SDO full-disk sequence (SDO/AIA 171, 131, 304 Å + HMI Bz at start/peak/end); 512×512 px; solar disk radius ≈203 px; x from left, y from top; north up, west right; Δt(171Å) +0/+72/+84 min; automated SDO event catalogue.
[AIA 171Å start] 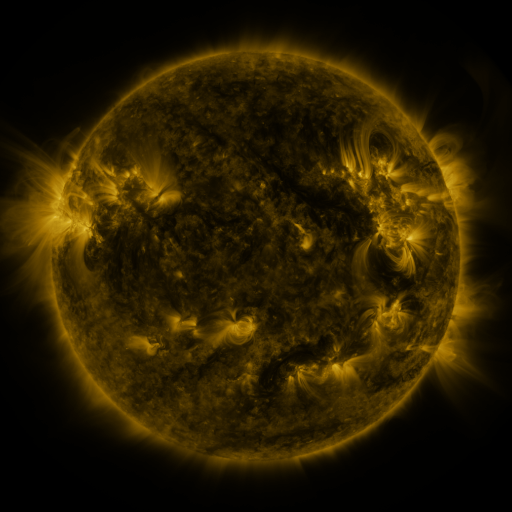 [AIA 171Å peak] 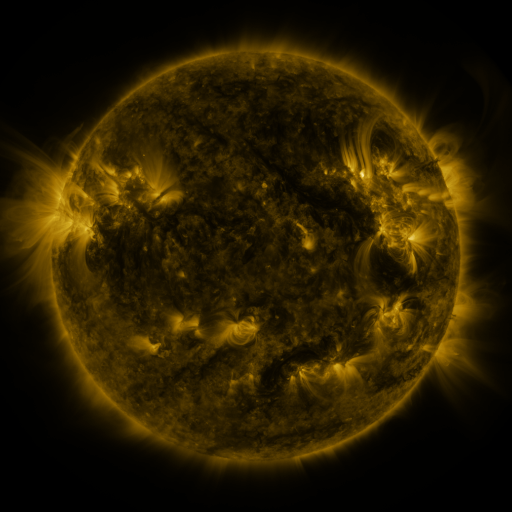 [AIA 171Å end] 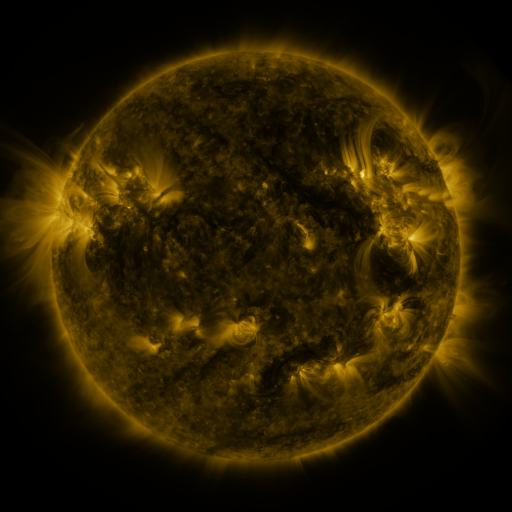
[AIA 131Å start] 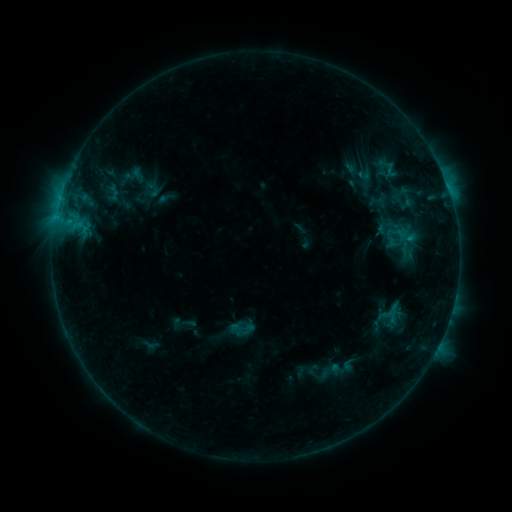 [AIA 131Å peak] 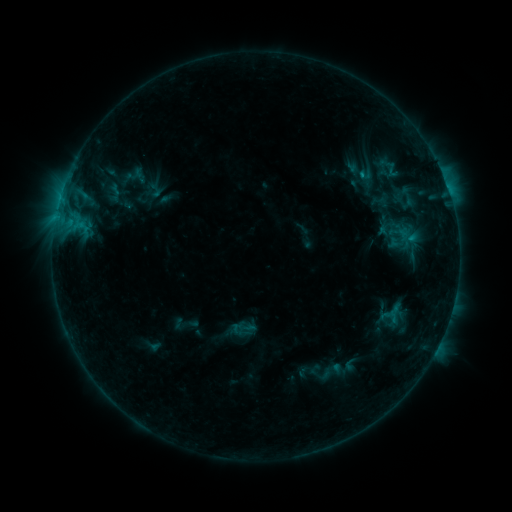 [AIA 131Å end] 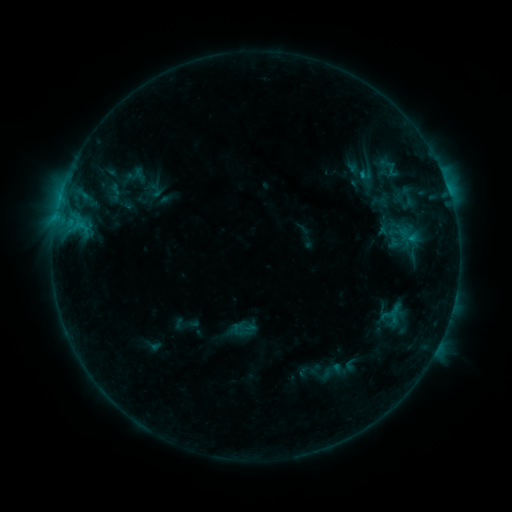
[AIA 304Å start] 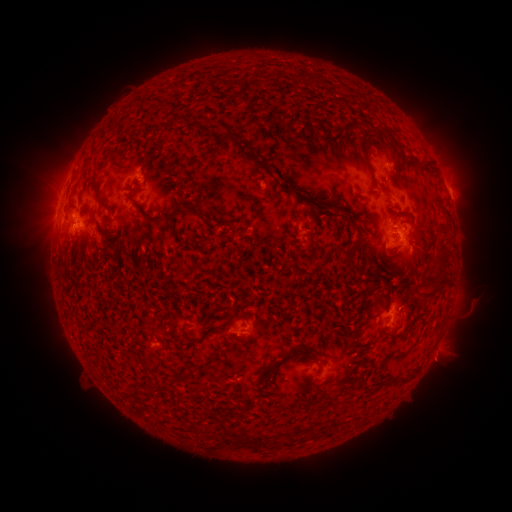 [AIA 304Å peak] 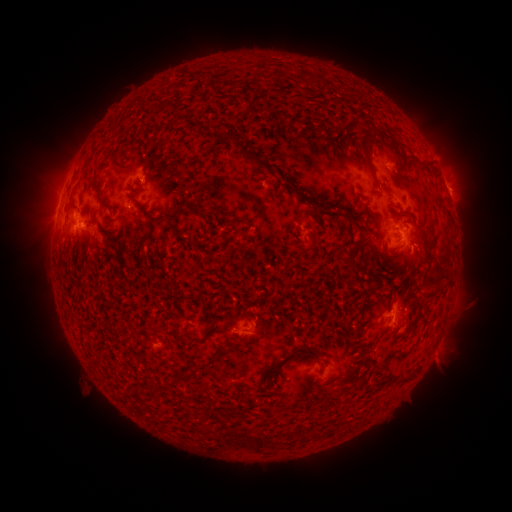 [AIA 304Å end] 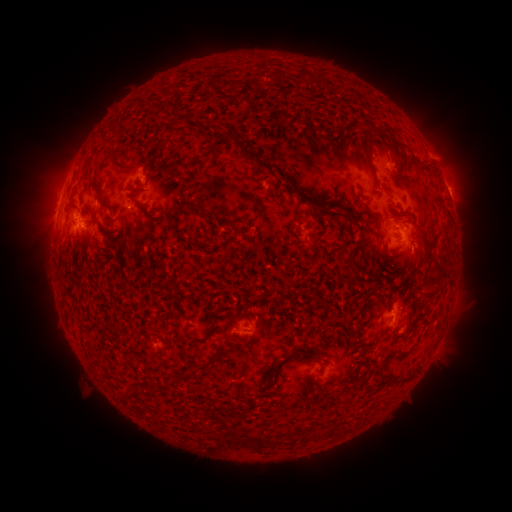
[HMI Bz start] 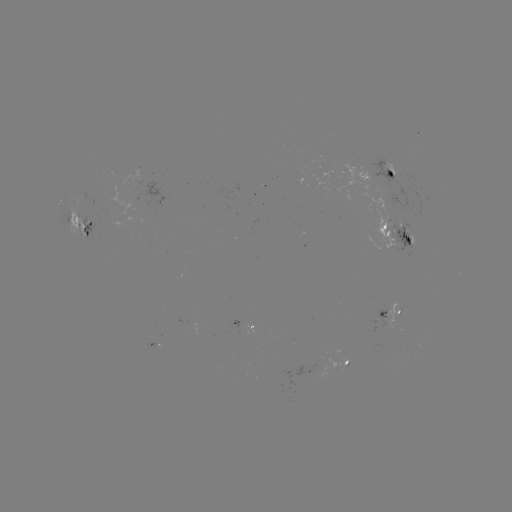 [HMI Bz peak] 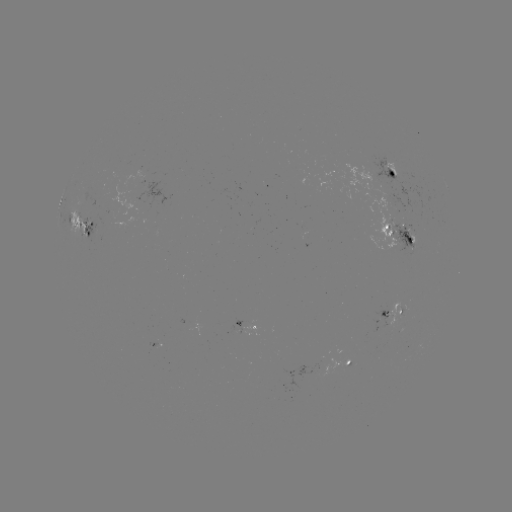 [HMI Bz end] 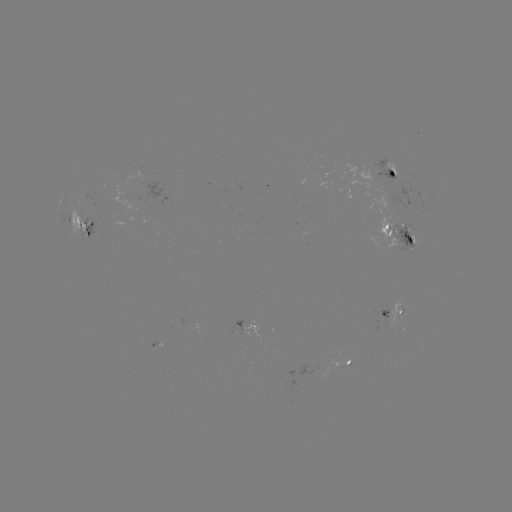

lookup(emerging-flux region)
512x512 (411, 237)